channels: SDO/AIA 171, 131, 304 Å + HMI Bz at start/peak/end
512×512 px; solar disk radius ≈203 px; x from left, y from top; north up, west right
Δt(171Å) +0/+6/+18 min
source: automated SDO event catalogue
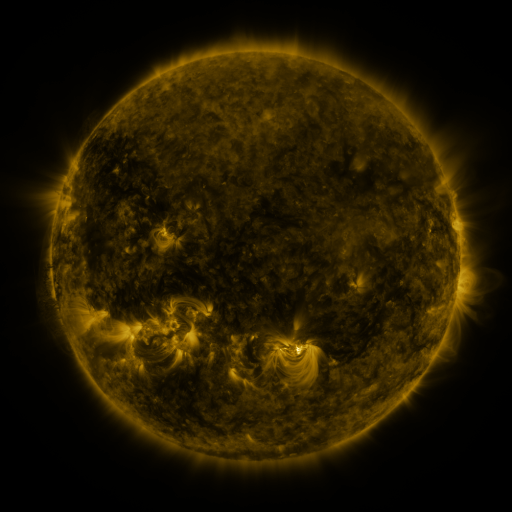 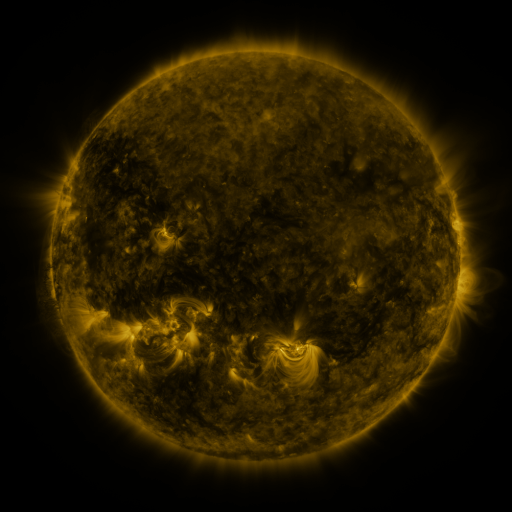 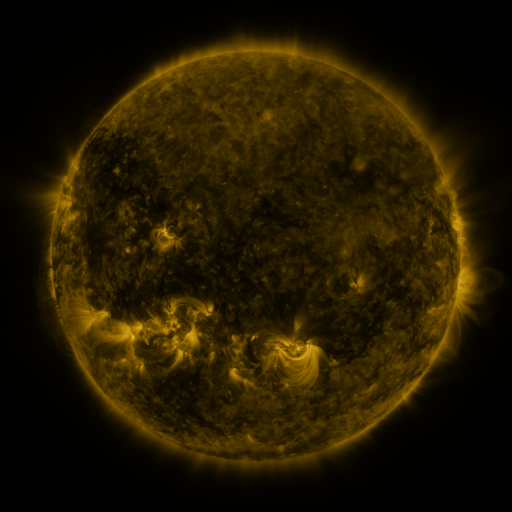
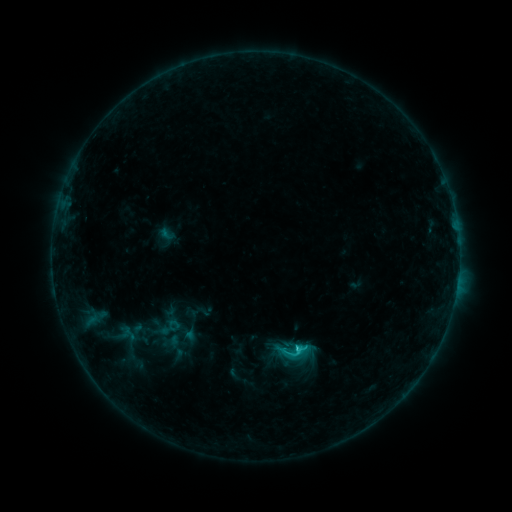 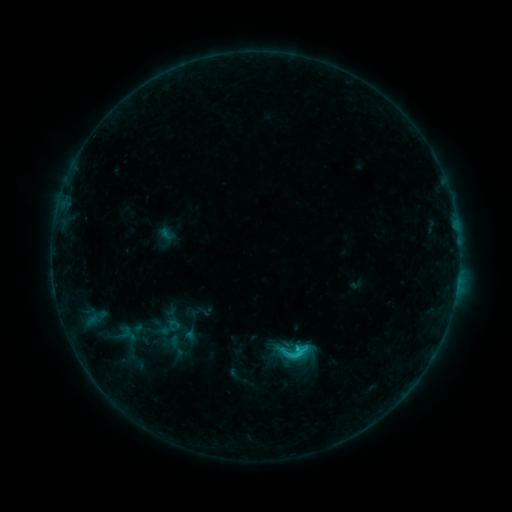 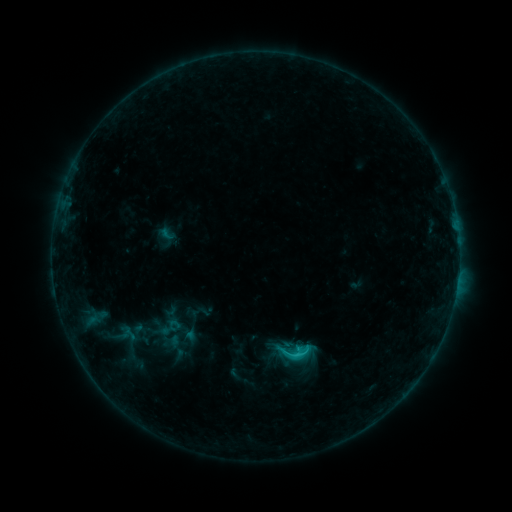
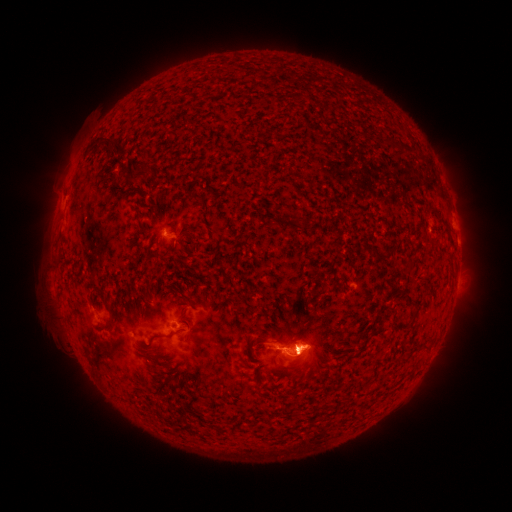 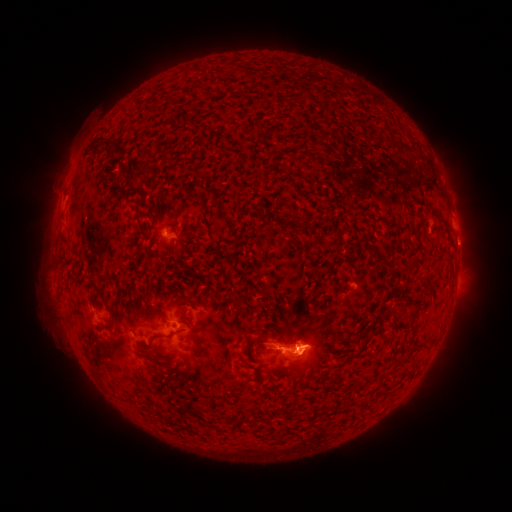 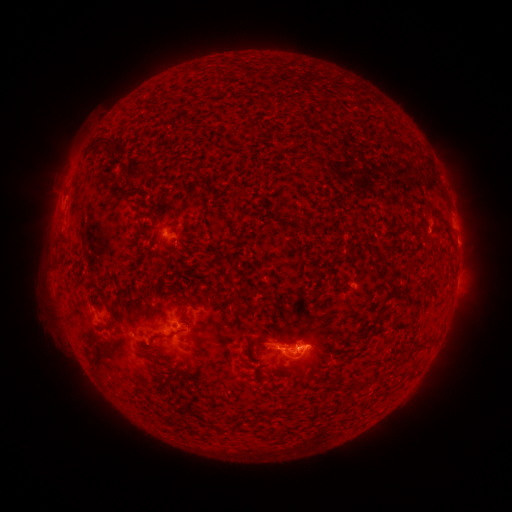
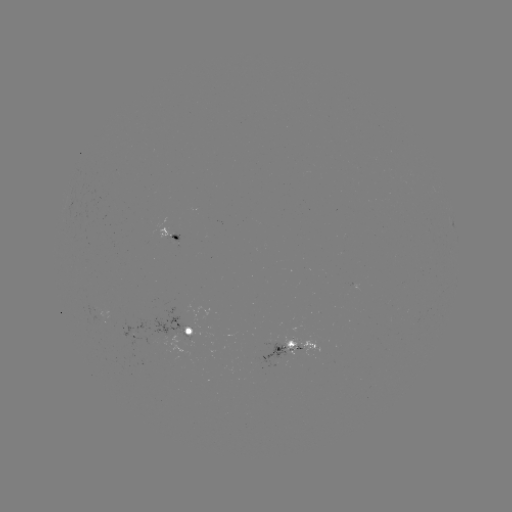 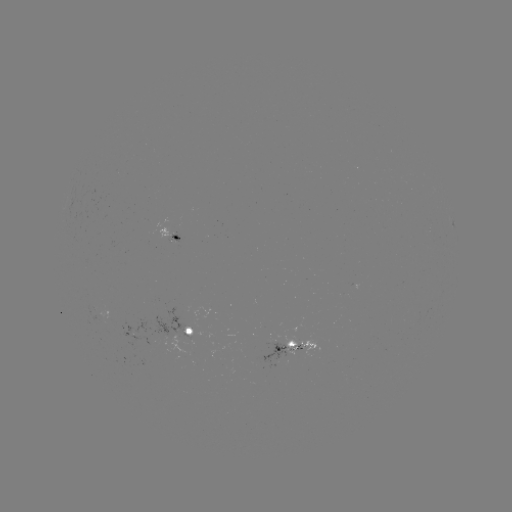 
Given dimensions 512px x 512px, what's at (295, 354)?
C1.6 flare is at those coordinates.